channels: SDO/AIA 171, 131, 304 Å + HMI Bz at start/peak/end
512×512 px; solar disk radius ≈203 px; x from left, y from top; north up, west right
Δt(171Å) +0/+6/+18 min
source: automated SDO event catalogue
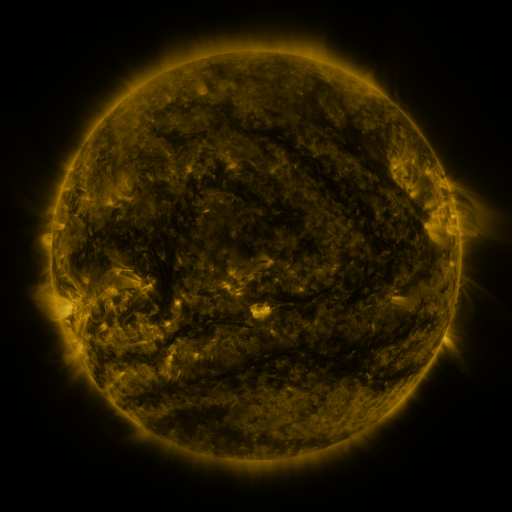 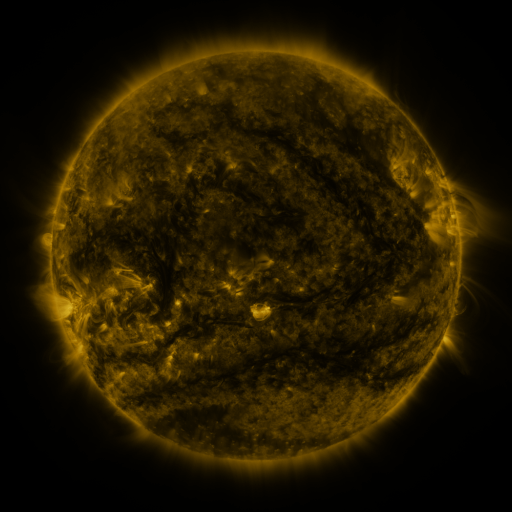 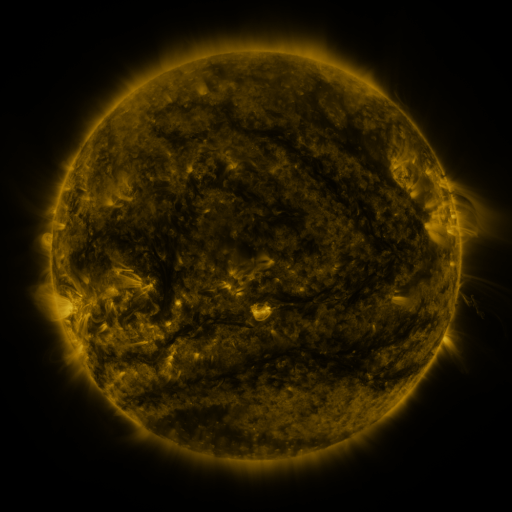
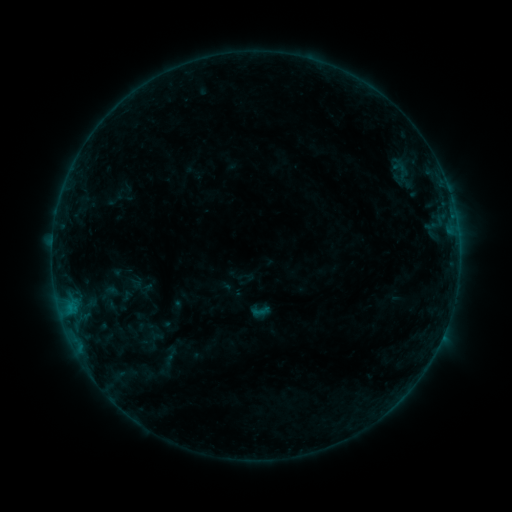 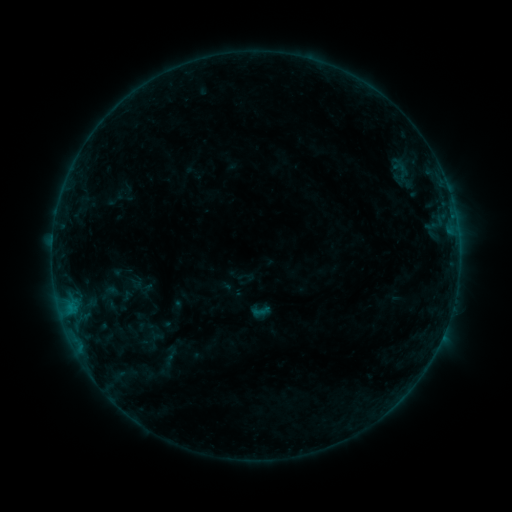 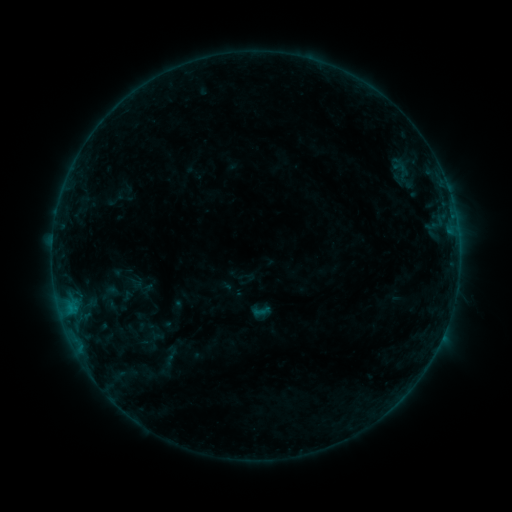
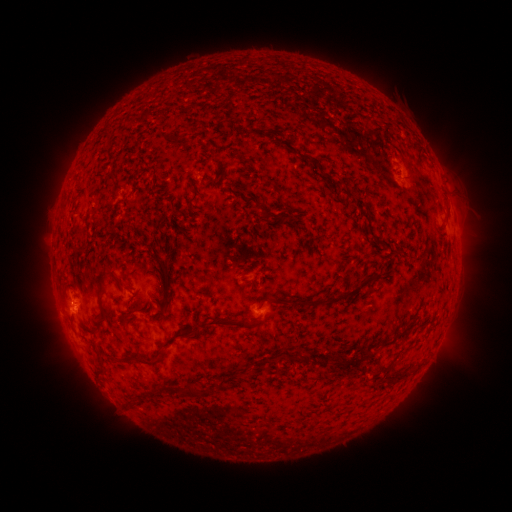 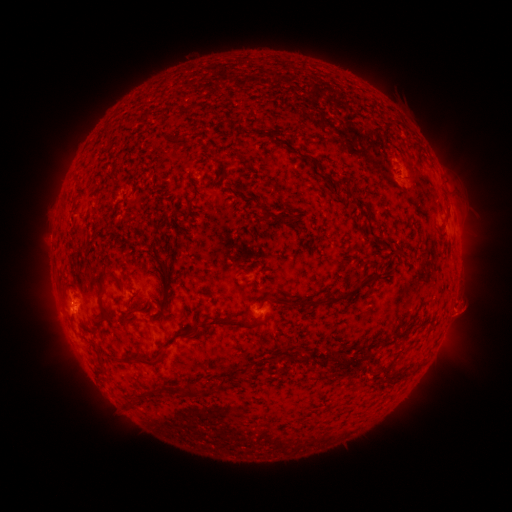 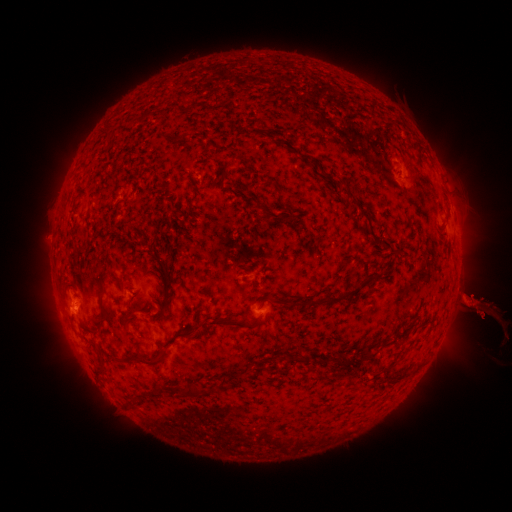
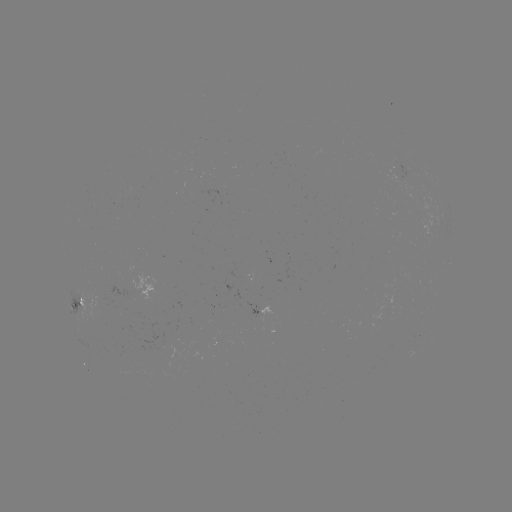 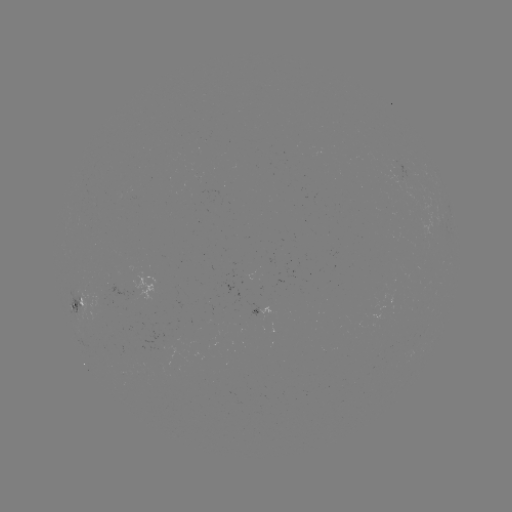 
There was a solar flare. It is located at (73, 303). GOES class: B3.3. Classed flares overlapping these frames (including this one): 1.